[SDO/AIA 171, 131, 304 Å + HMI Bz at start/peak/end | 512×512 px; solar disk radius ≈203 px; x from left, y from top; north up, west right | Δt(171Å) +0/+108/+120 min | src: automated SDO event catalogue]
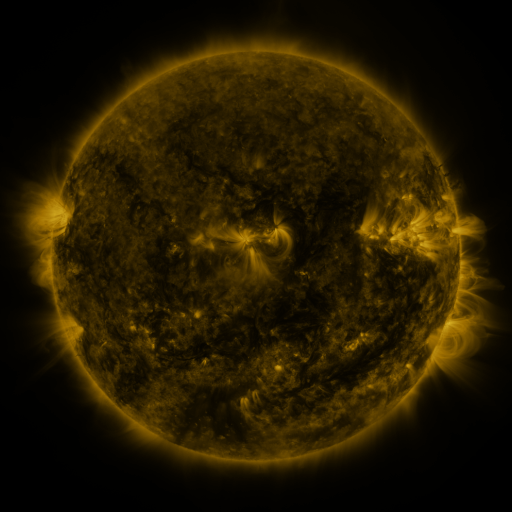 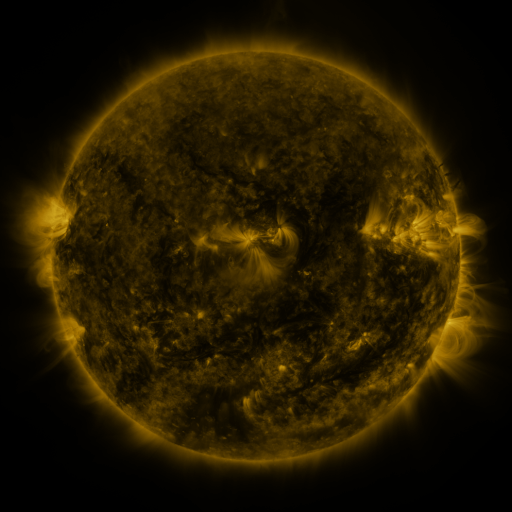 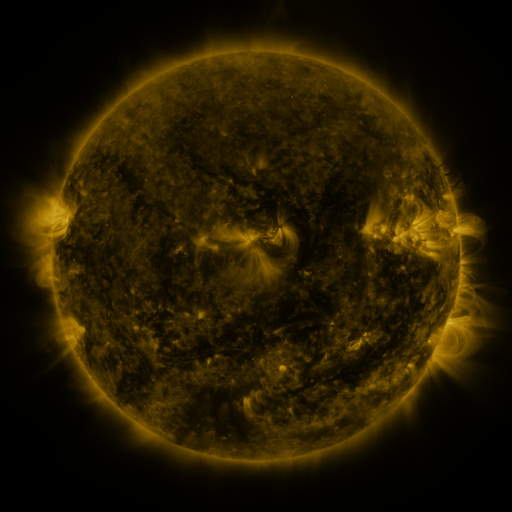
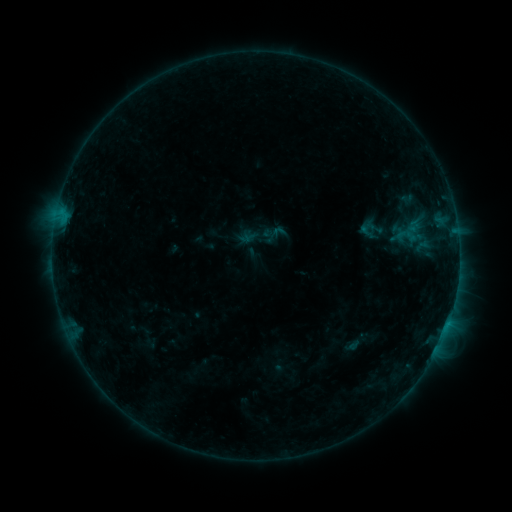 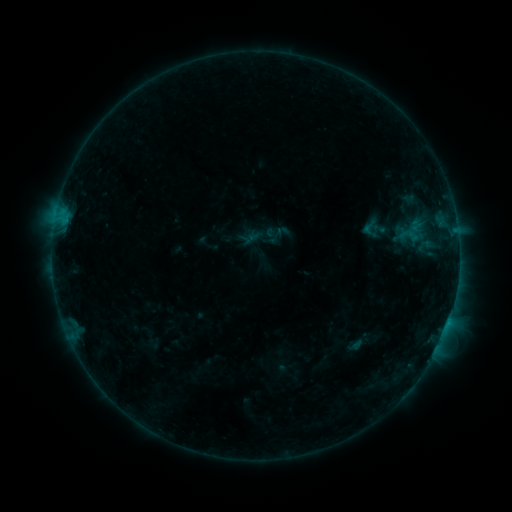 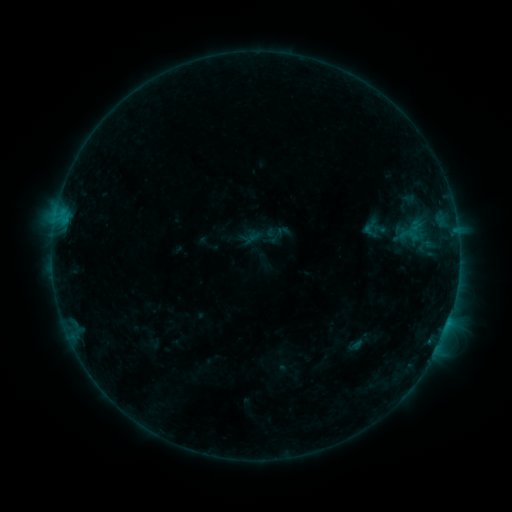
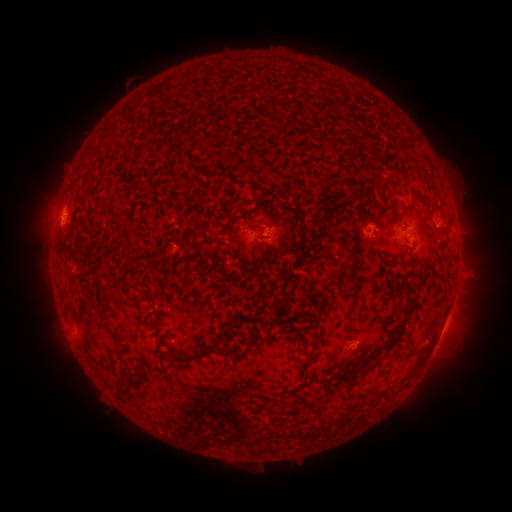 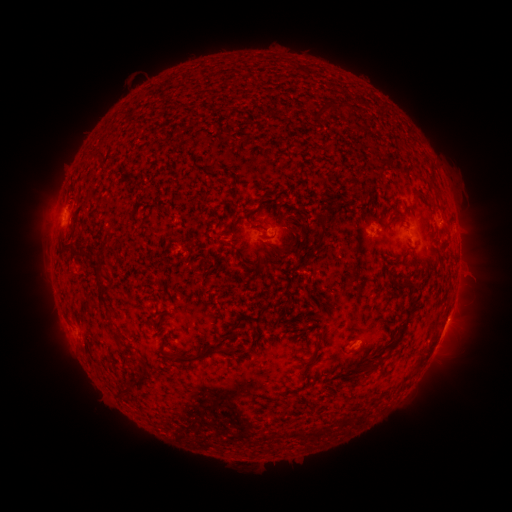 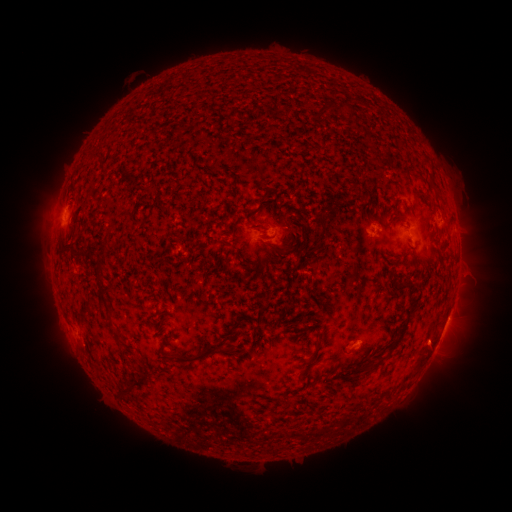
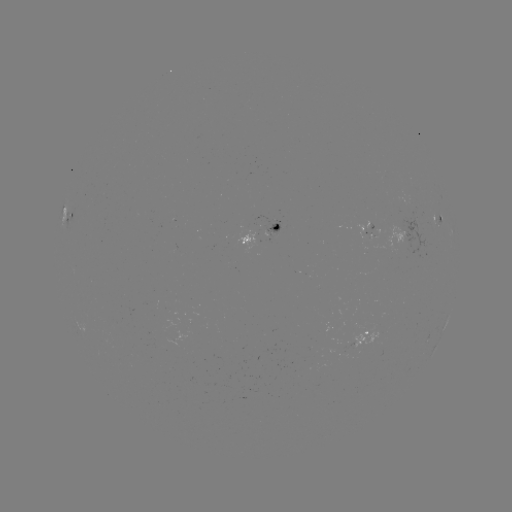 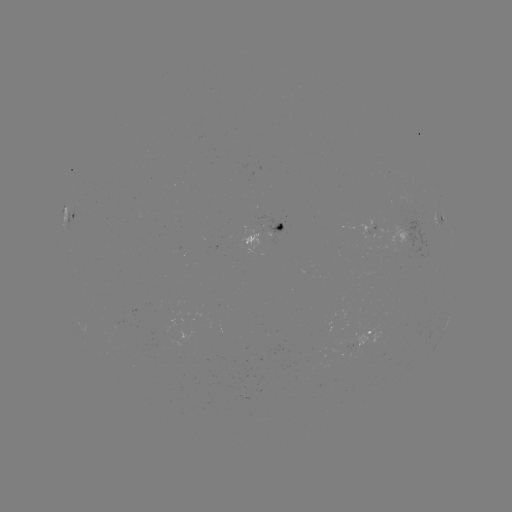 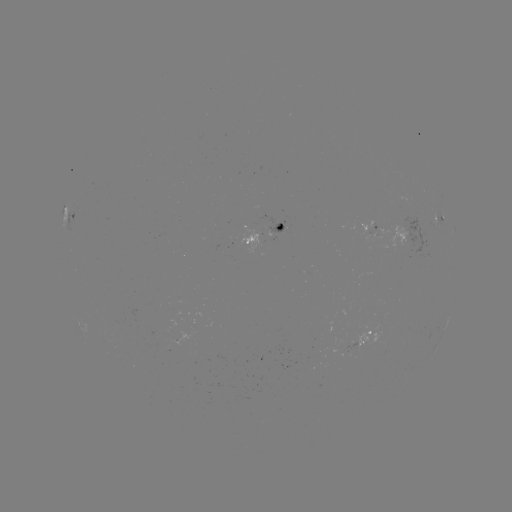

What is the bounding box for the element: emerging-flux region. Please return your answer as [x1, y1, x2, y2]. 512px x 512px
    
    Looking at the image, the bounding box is [355, 330, 384, 347].